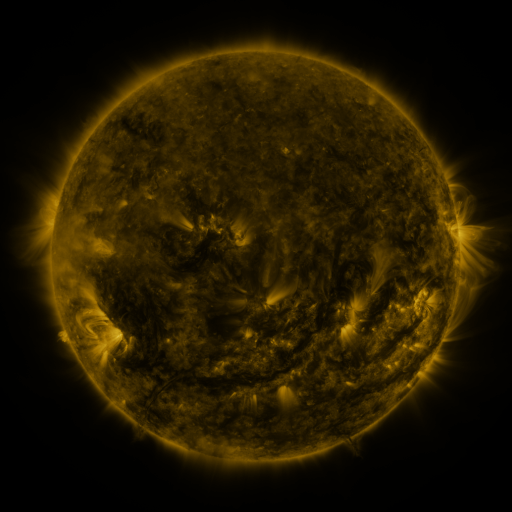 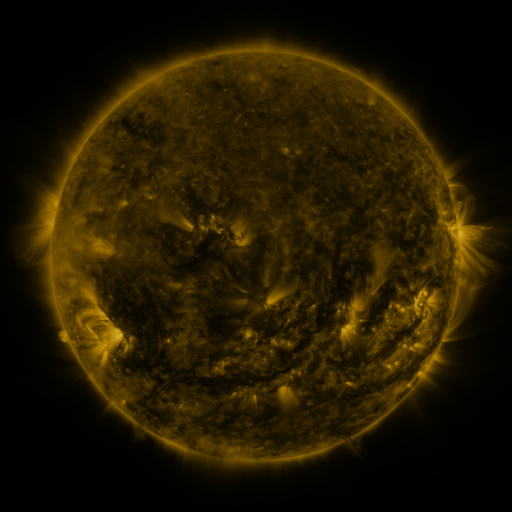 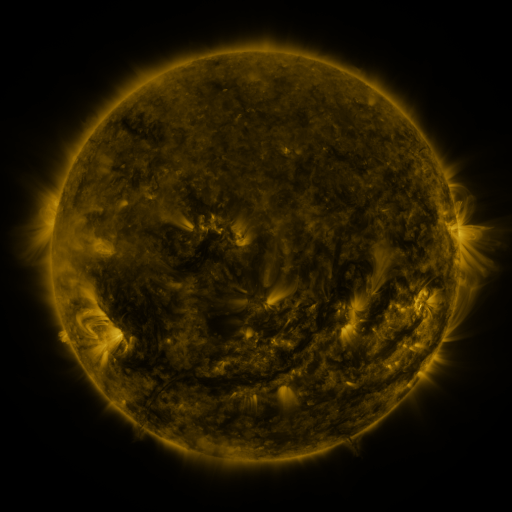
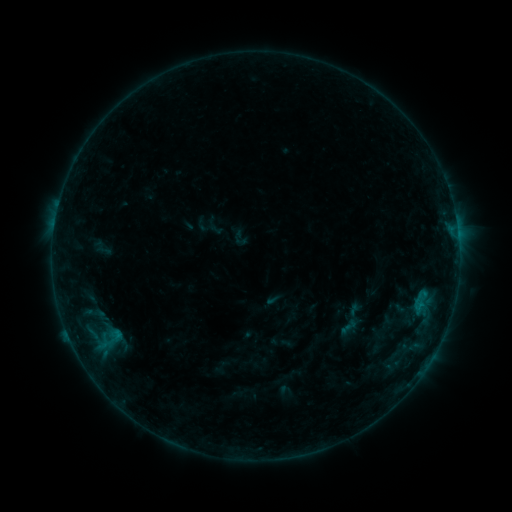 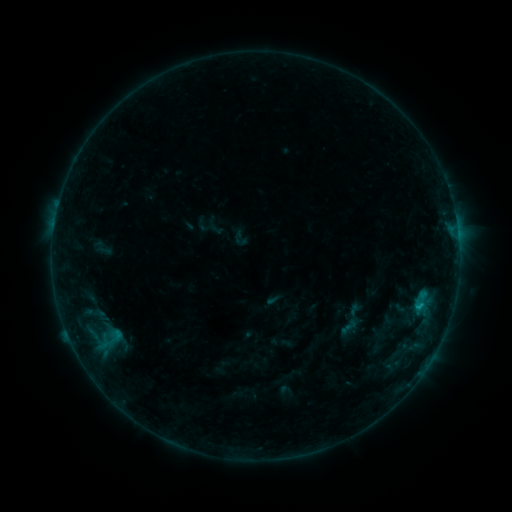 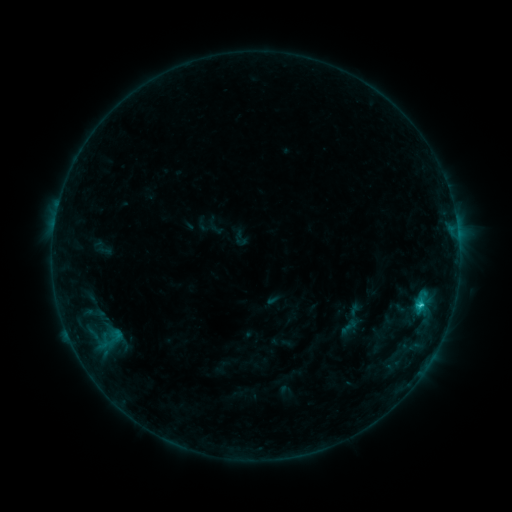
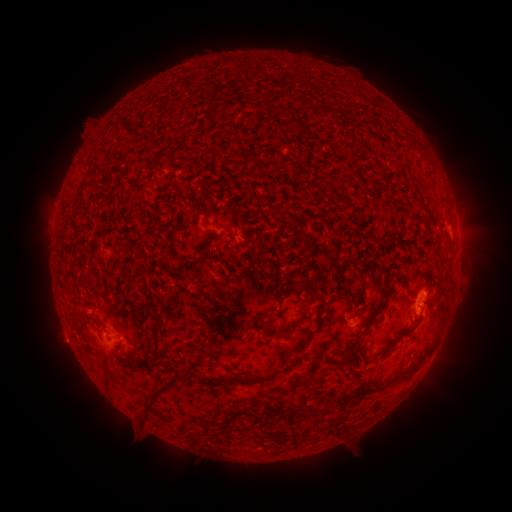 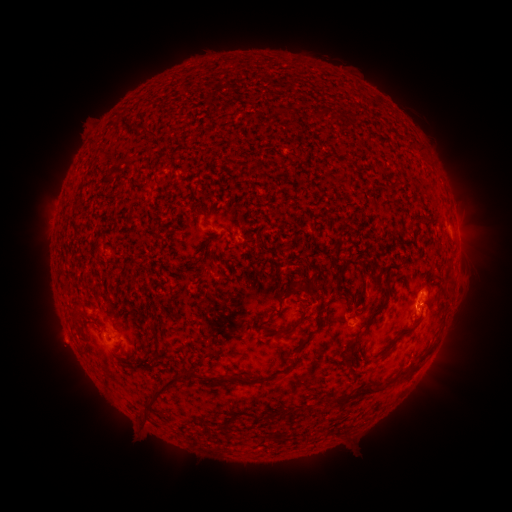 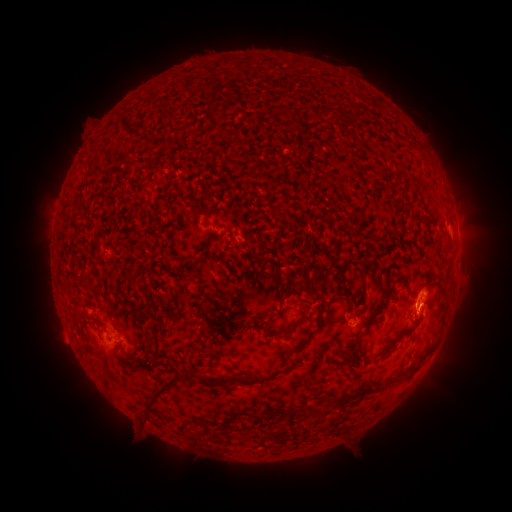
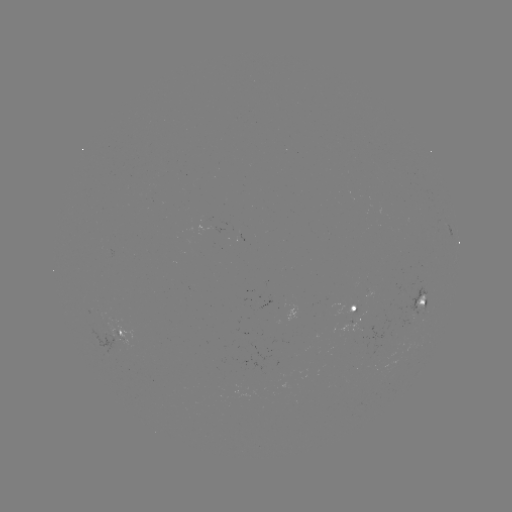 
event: flare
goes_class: C1.1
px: (417, 303)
